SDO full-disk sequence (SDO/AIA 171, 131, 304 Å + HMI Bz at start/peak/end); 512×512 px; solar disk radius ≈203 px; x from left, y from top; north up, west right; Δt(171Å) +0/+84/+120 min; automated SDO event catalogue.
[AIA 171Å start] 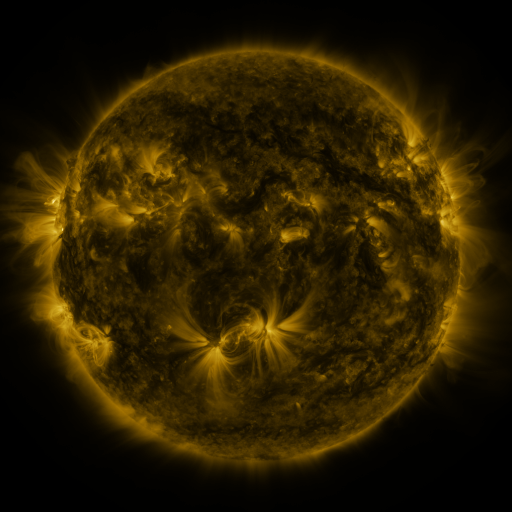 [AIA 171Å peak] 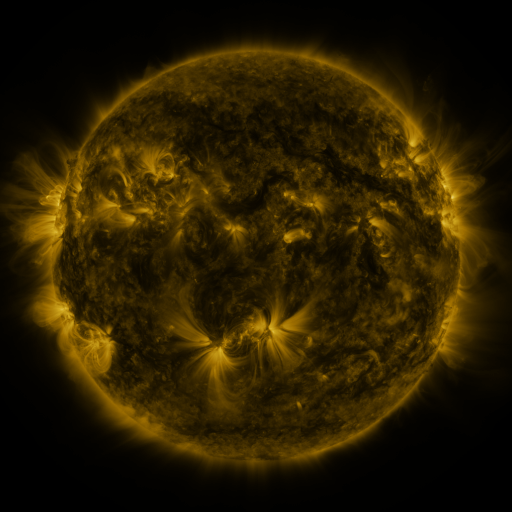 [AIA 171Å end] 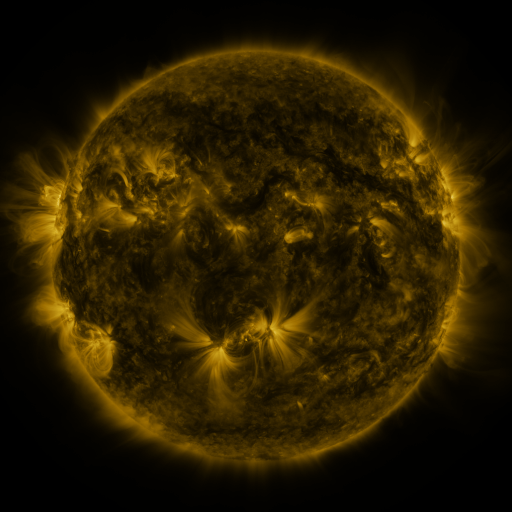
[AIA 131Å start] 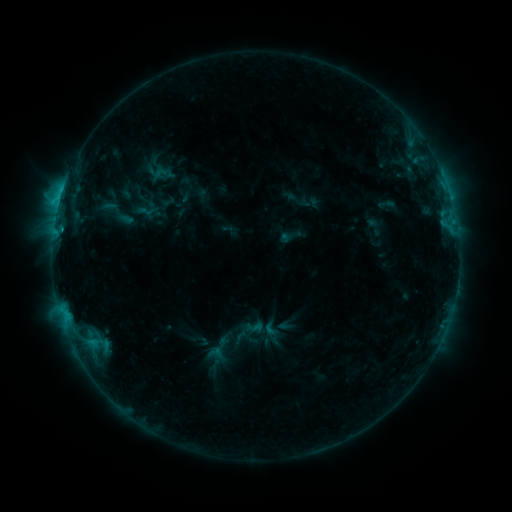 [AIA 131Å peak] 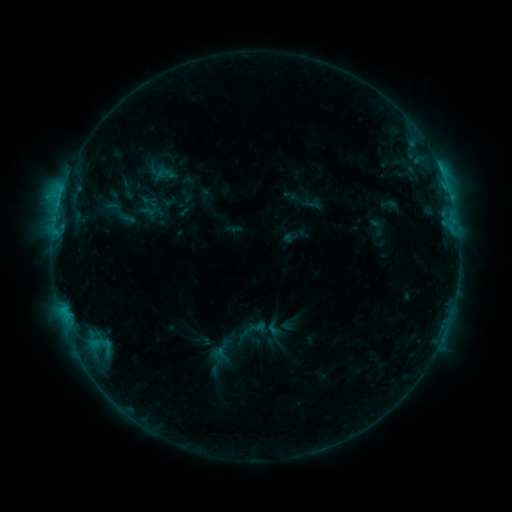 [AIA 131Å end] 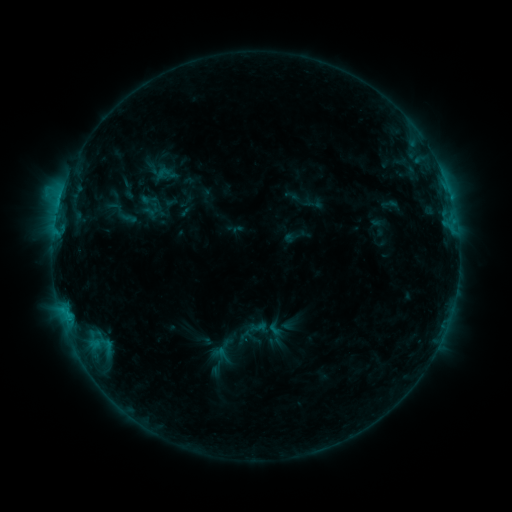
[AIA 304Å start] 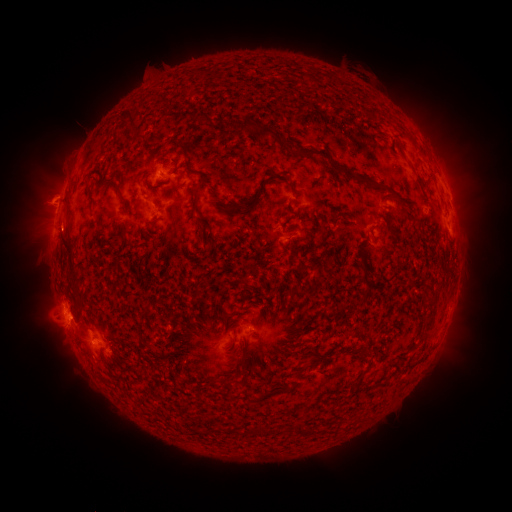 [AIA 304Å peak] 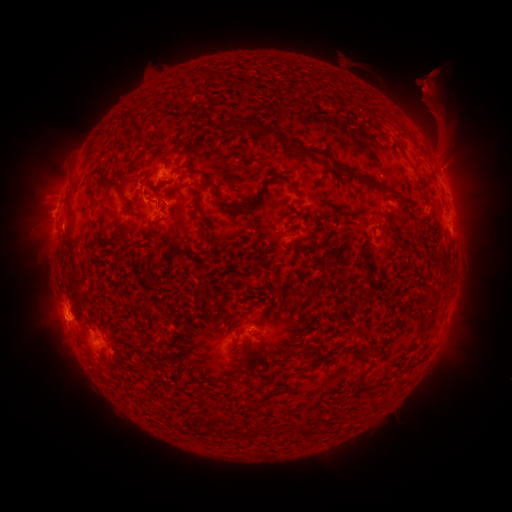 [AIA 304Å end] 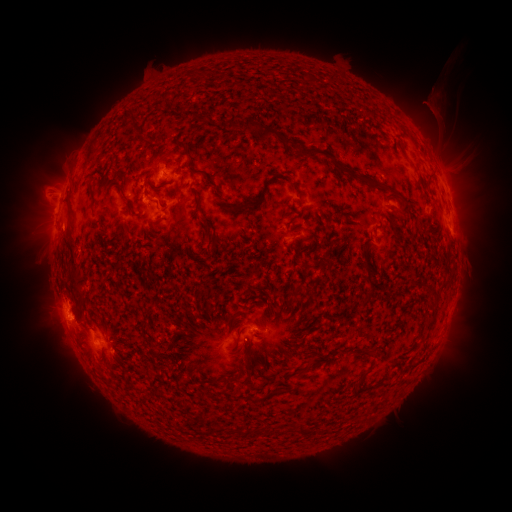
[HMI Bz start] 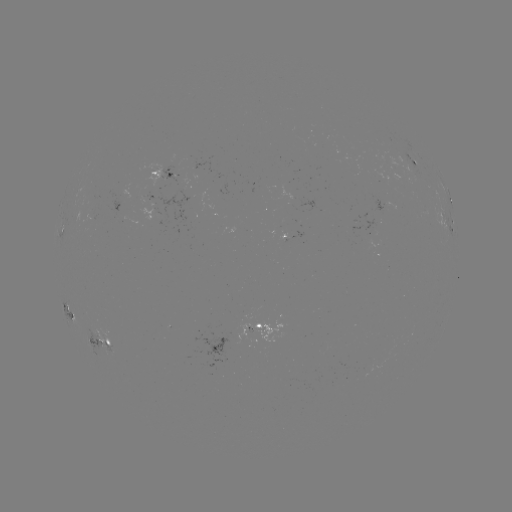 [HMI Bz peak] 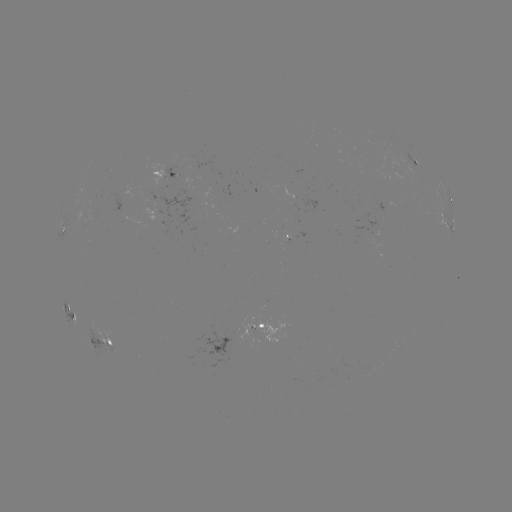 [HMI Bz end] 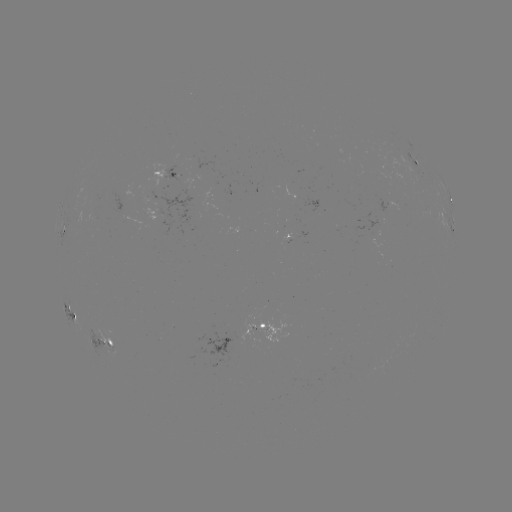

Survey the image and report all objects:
emerging-flux region: (147, 199)
